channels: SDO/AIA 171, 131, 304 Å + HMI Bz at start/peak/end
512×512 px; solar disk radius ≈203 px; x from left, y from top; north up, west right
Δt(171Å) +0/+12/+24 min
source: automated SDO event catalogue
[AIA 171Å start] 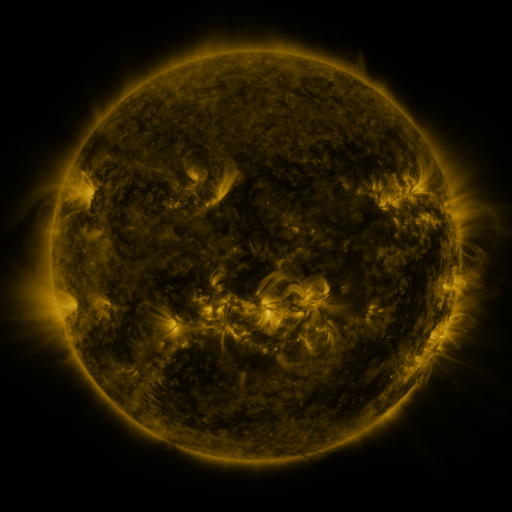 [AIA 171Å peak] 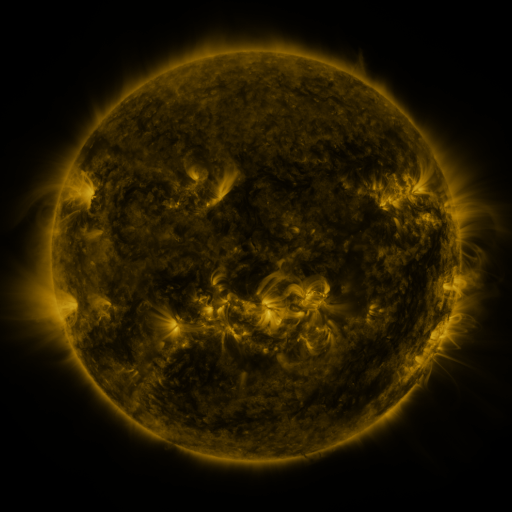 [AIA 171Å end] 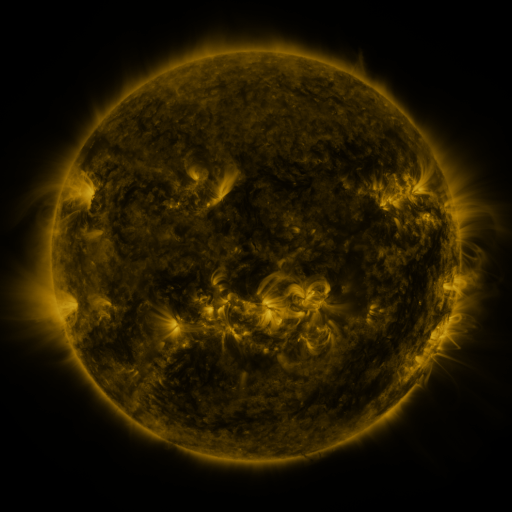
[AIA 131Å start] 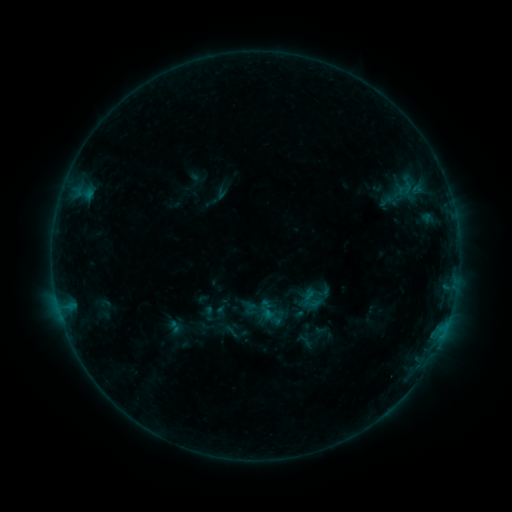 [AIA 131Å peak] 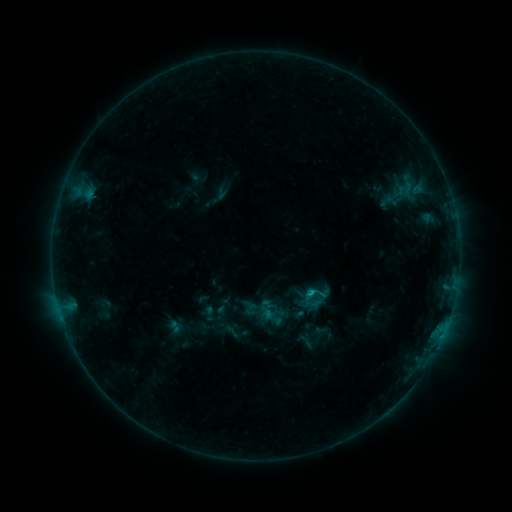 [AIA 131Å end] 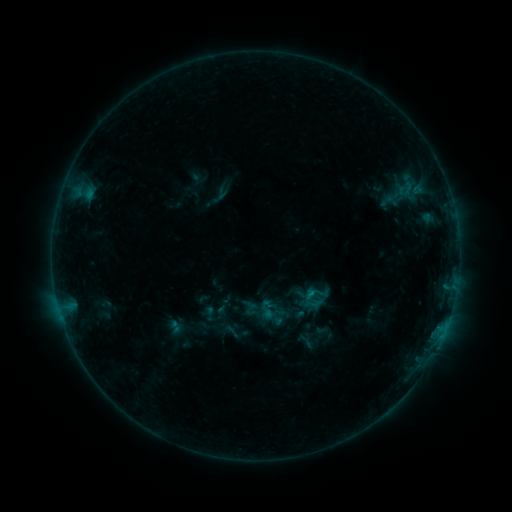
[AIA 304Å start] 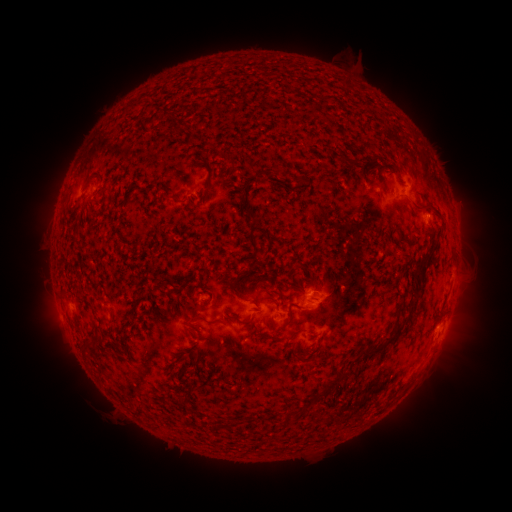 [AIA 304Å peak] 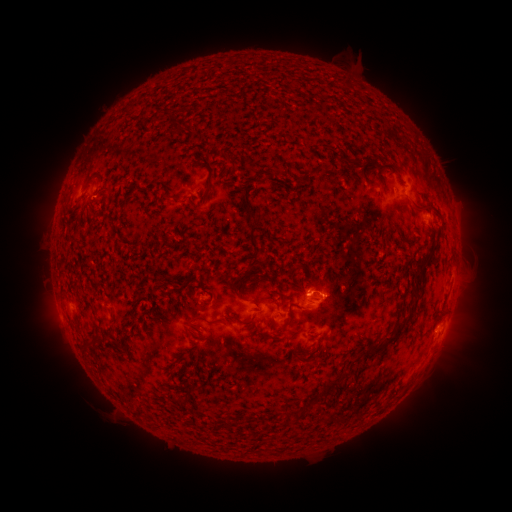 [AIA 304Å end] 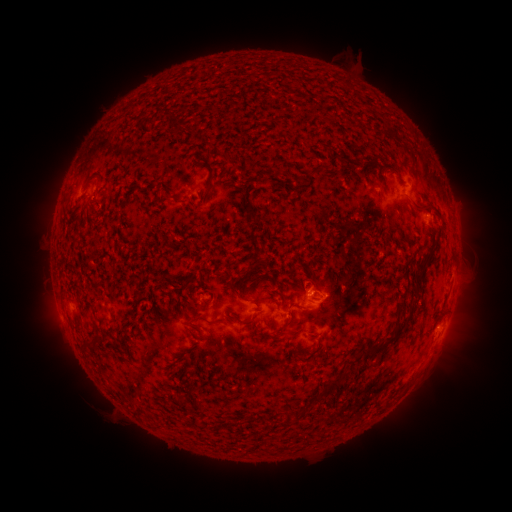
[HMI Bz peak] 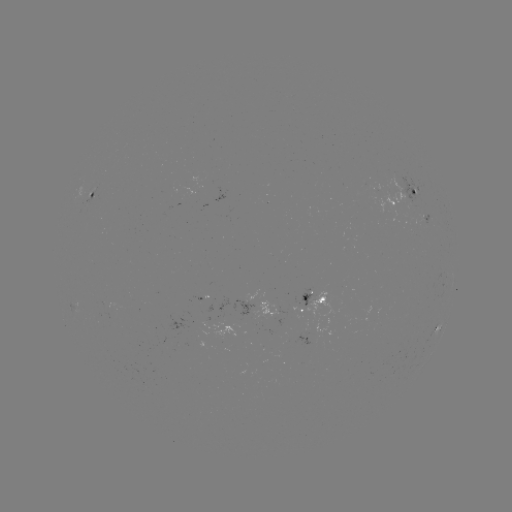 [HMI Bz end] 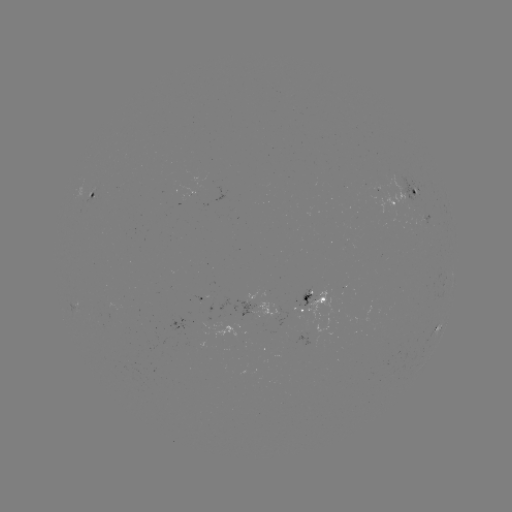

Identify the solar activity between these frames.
B5.8 flare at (308, 291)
